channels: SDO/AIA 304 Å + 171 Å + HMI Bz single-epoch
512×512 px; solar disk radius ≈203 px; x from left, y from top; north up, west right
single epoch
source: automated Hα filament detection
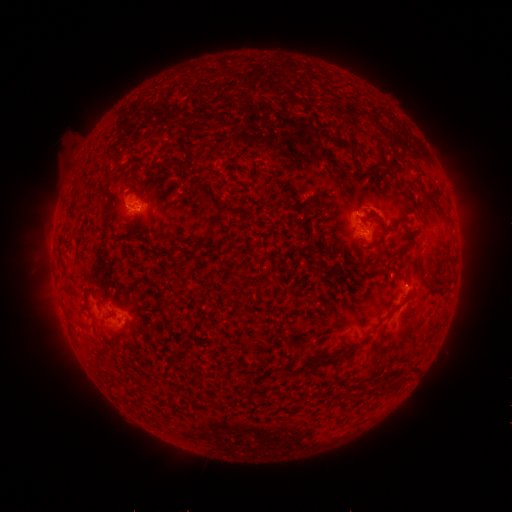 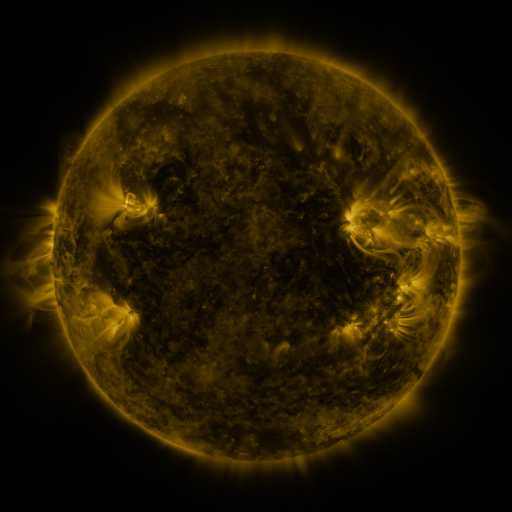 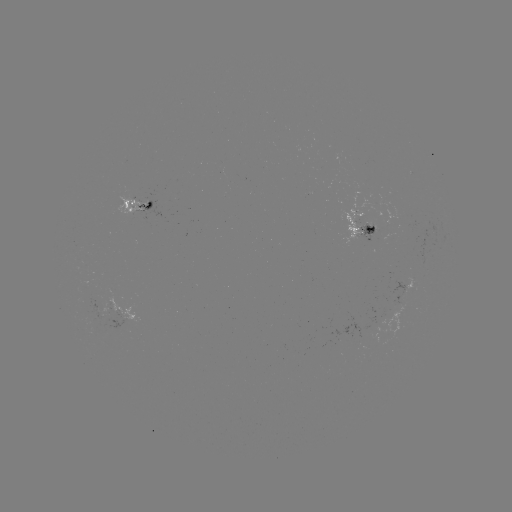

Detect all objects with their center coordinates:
filament: <bbox>365, 164, 379, 174</bbox>
filament: <bbox>133, 165, 143, 173</bbox>
filament: <bbox>187, 169, 229, 217</bbox>
filament: <bbox>422, 189, 443, 206</bbox>
filament: <bbox>144, 200, 153, 210</bbox>
filament: <bbox>374, 218, 389, 238</bbox>
filament: <bbox>364, 226, 376, 235</bbox>
filament: <bbox>354, 238, 362, 247</bbox>
filament: <bbox>405, 259, 413, 268</bbox>
filament: <bbox>84, 287, 95, 294</bbox>
filament: <bbox>229, 287, 241, 298</bbox>
filament: <bbox>392, 295, 412, 310</bbox>
filament: <bbox>346, 344, 357, 353</bbox>
filament: <bbox>299, 357, 333, 370</bbox>
filament: <bbox>284, 362, 295, 375</bbox>
